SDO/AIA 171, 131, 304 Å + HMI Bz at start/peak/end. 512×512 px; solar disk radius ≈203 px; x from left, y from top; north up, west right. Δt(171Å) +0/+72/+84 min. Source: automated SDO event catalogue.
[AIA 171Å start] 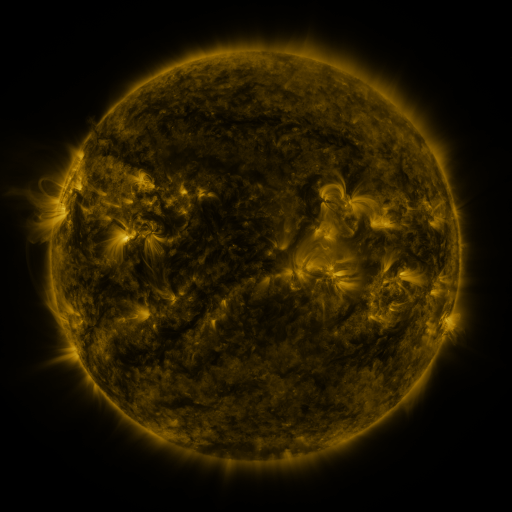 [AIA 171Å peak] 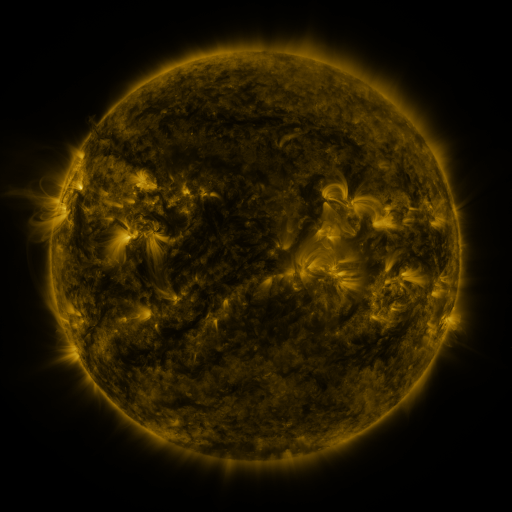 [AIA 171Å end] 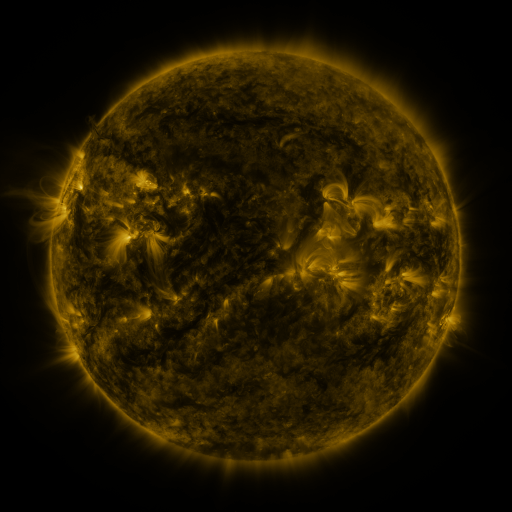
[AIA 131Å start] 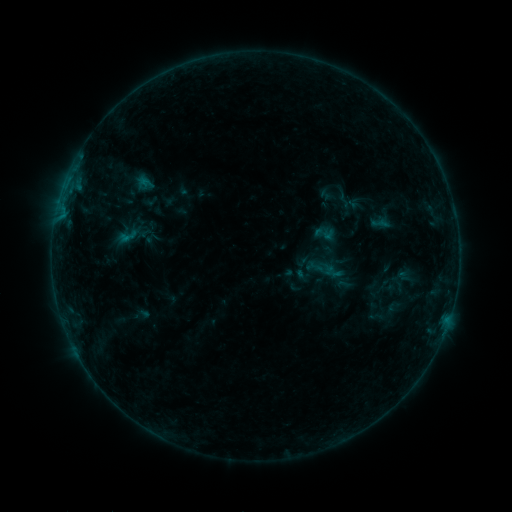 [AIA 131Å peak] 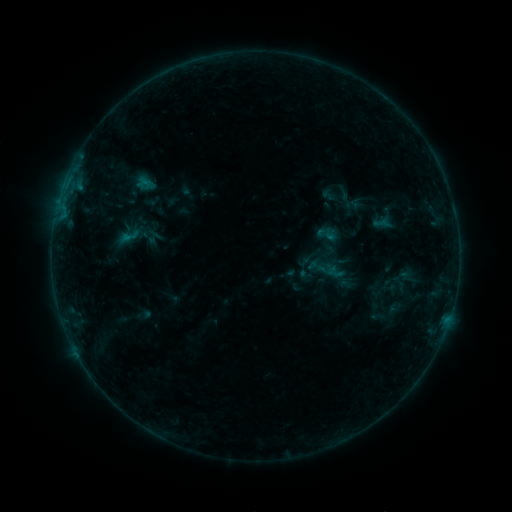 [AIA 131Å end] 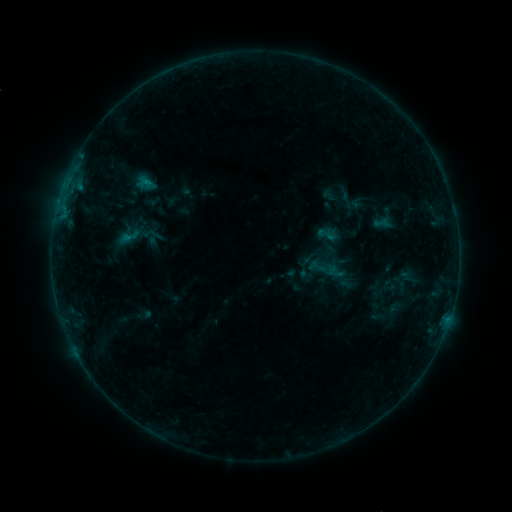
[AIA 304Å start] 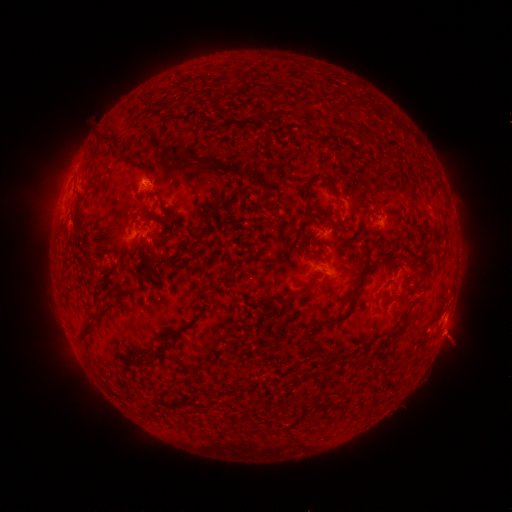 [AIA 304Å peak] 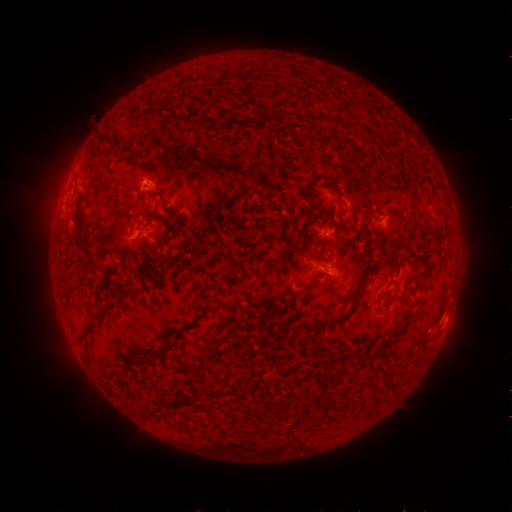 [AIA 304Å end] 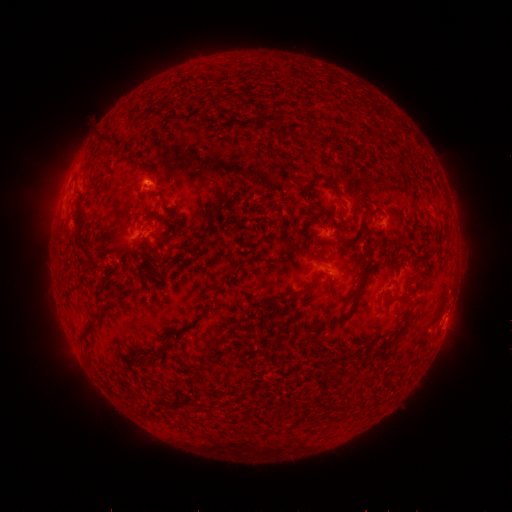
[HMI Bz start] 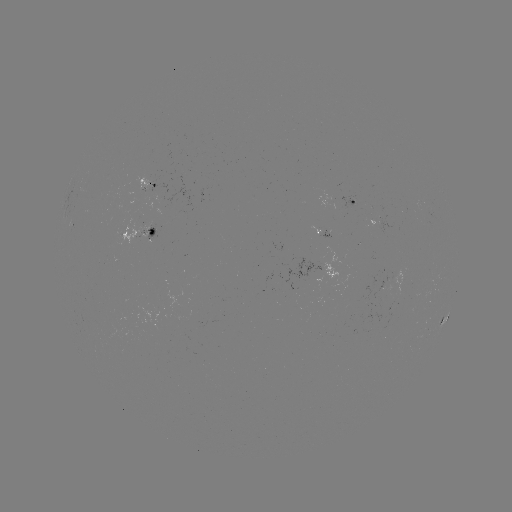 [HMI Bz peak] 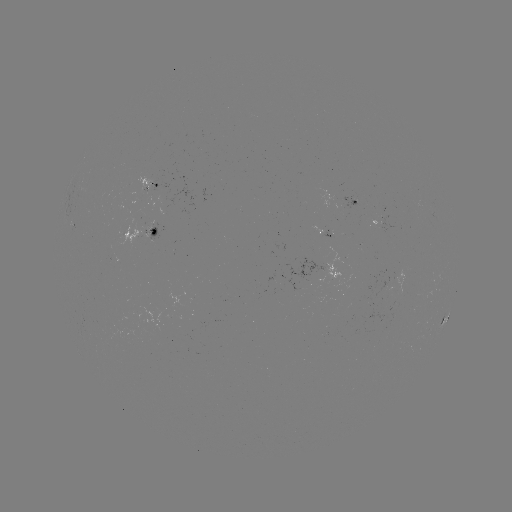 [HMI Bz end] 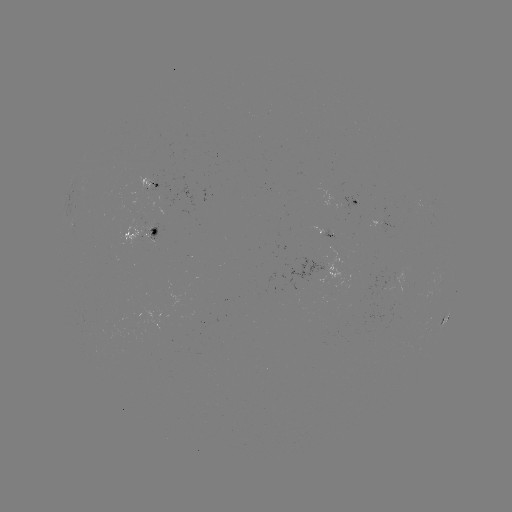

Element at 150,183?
emerging-flux region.